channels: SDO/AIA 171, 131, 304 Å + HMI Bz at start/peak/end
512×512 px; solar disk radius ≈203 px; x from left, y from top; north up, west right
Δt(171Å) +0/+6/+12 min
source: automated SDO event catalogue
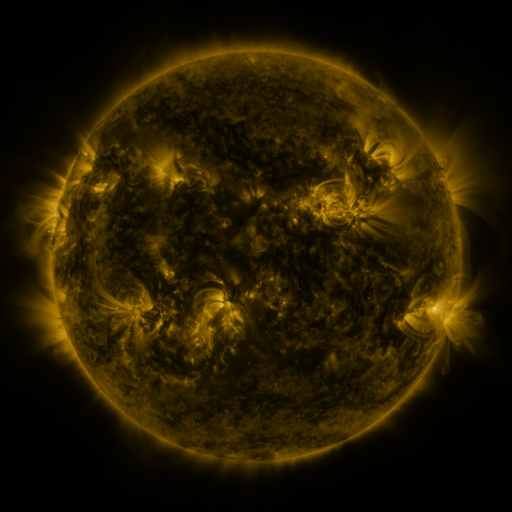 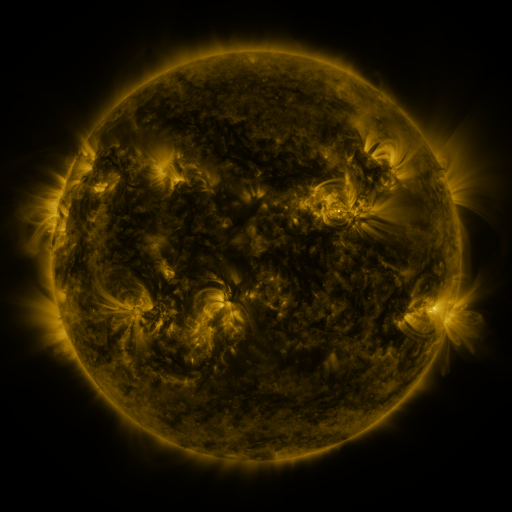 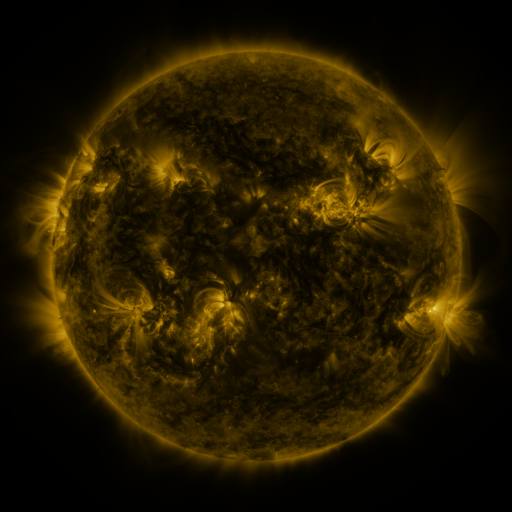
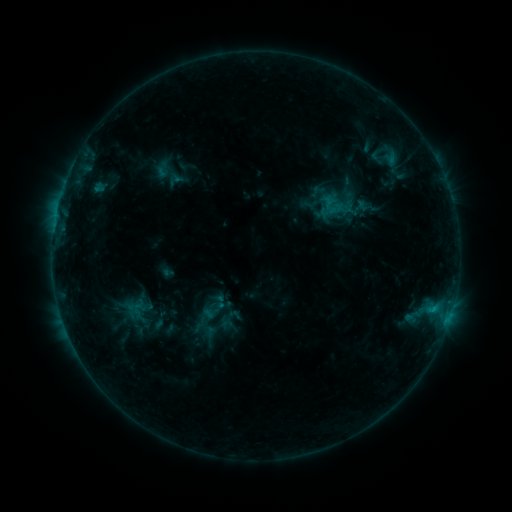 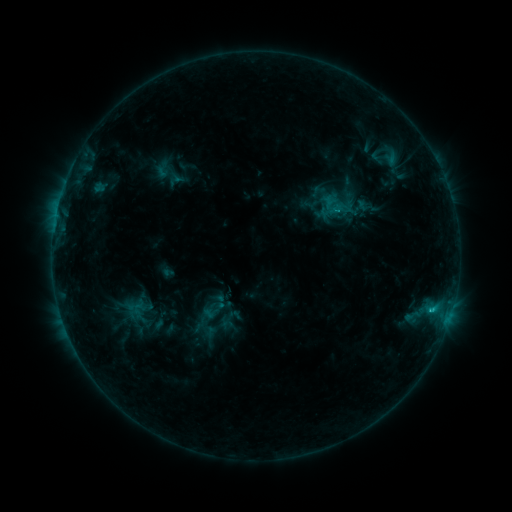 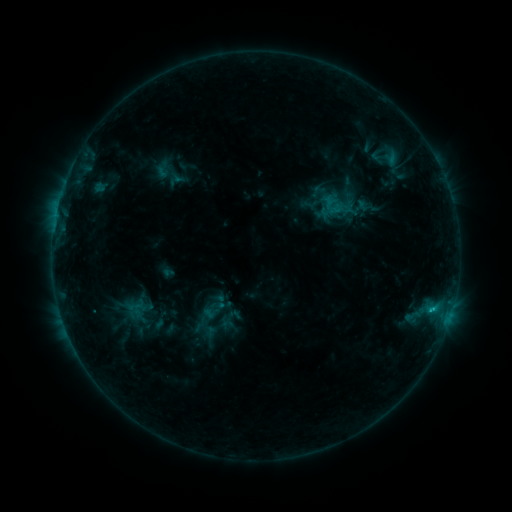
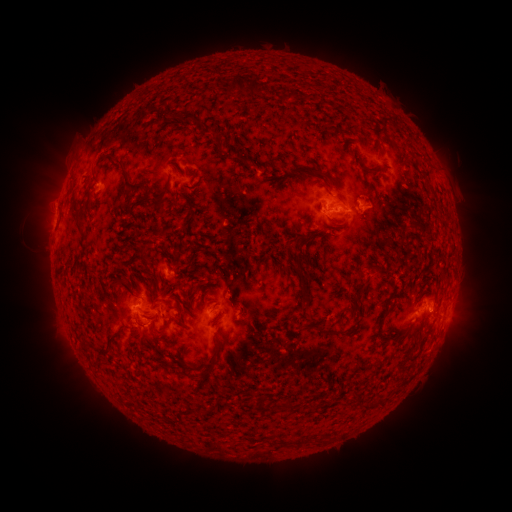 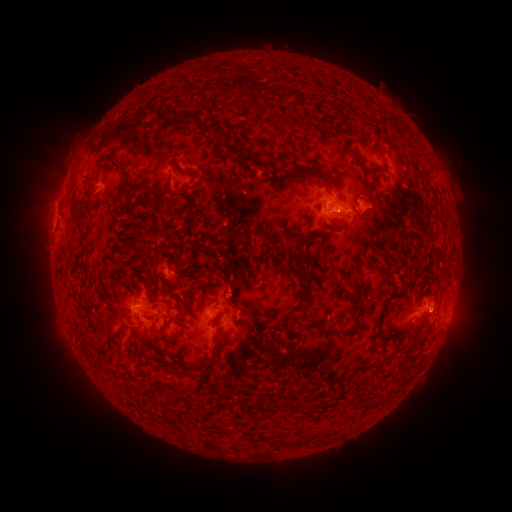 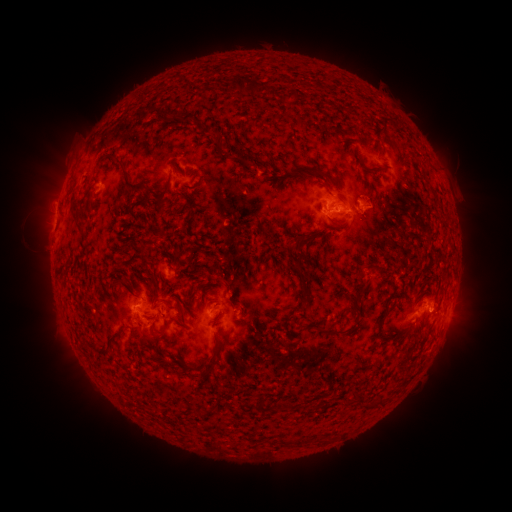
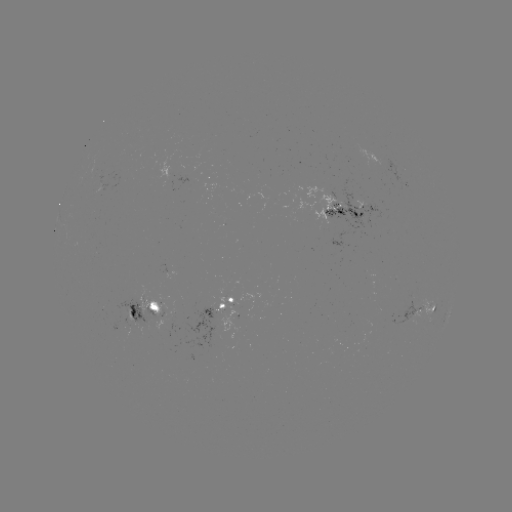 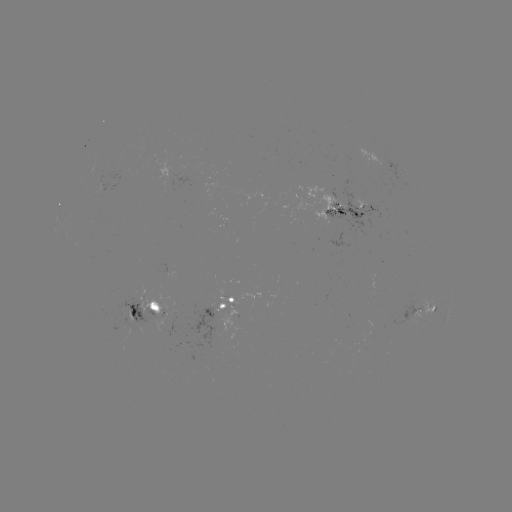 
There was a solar flare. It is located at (430, 309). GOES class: C1.0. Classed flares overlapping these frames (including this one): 1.